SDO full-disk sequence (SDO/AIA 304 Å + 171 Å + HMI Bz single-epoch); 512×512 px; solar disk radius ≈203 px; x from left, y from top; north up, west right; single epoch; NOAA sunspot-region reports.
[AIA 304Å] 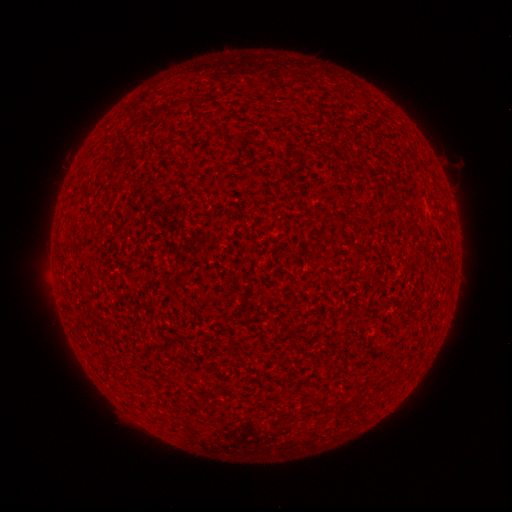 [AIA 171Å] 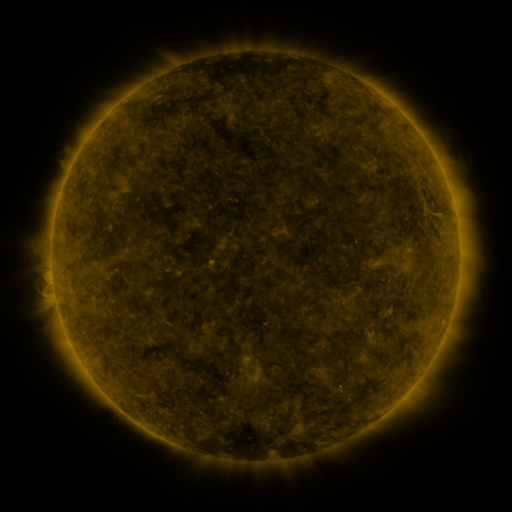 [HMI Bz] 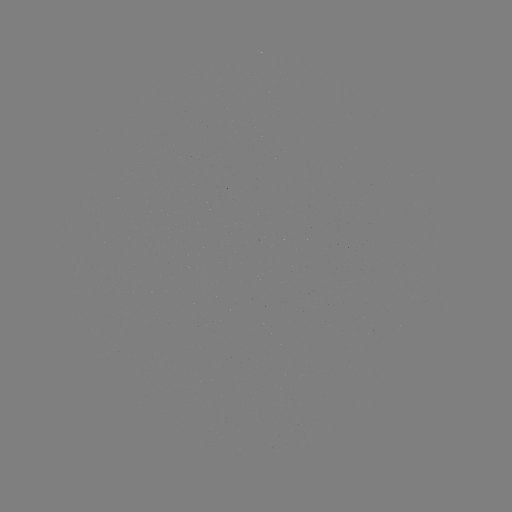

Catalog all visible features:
(none)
